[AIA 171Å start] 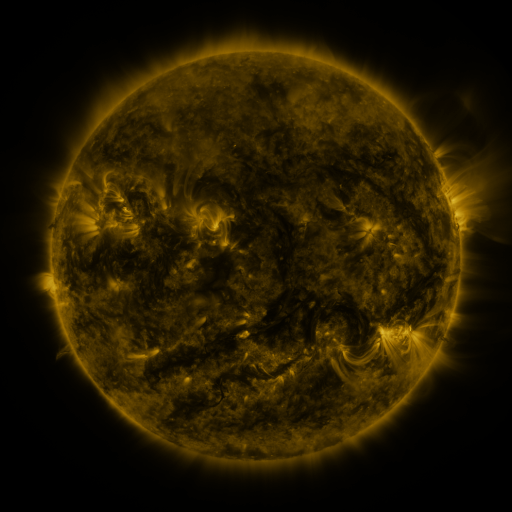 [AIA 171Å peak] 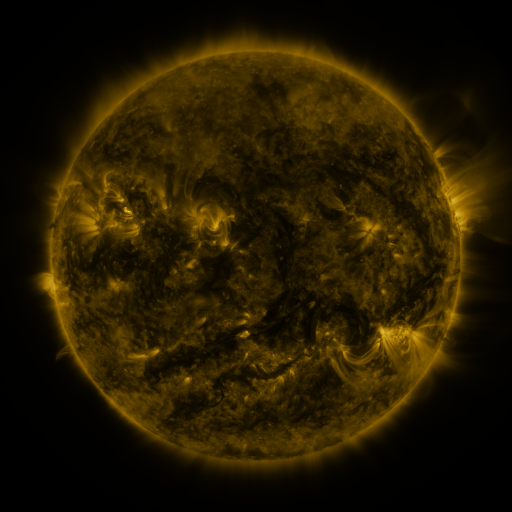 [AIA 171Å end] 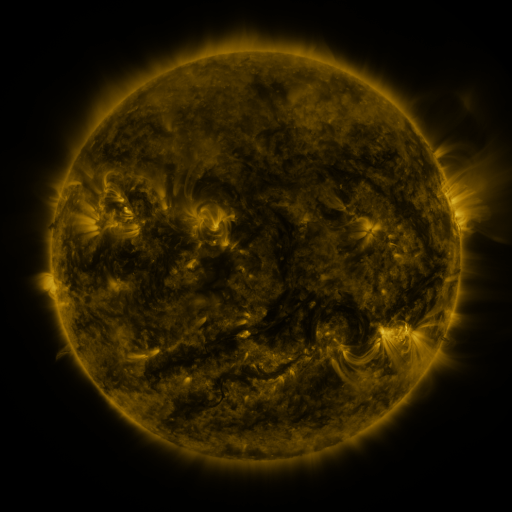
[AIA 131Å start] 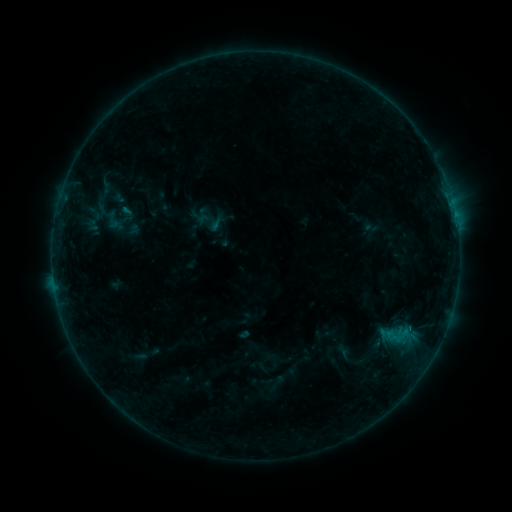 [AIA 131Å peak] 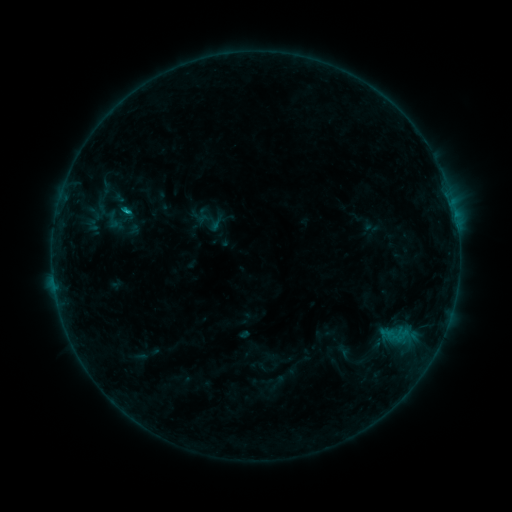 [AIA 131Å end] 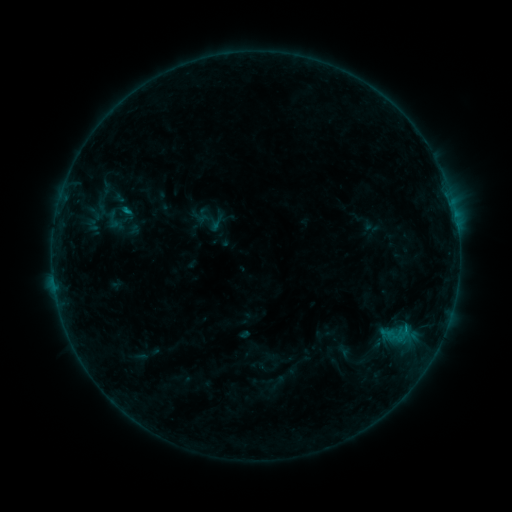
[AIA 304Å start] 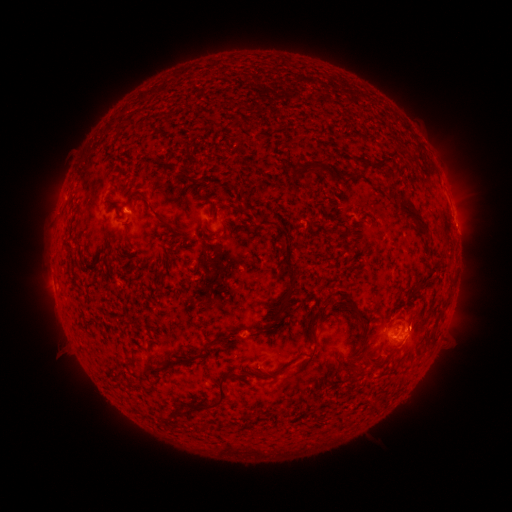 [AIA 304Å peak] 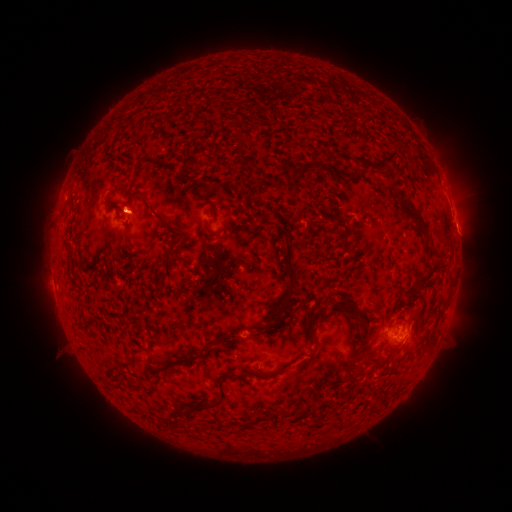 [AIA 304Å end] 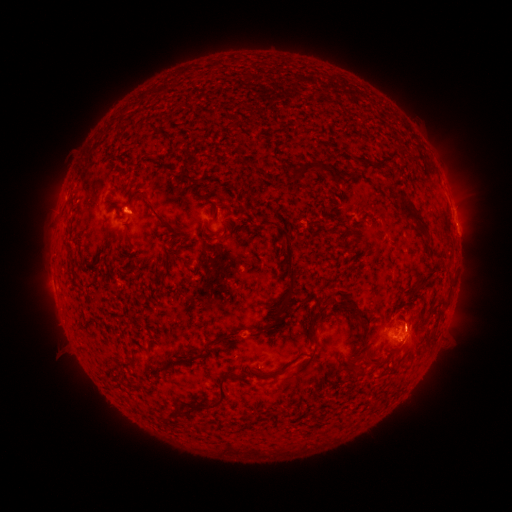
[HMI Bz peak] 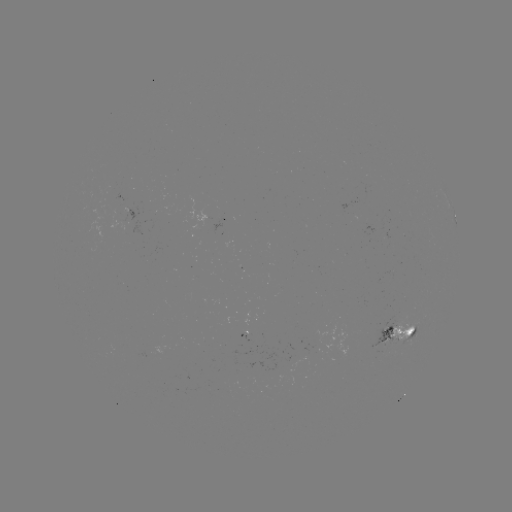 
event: flare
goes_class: B4.8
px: (128, 213)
